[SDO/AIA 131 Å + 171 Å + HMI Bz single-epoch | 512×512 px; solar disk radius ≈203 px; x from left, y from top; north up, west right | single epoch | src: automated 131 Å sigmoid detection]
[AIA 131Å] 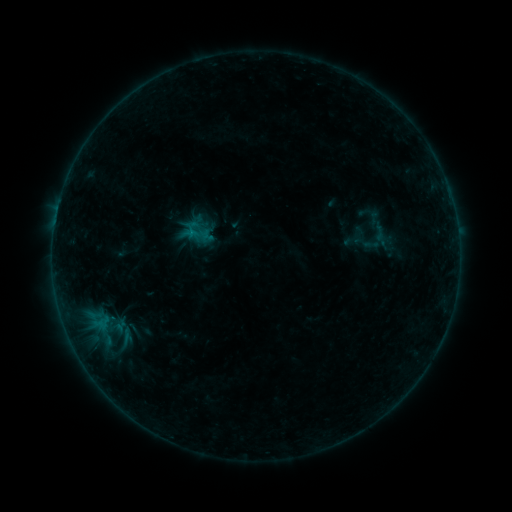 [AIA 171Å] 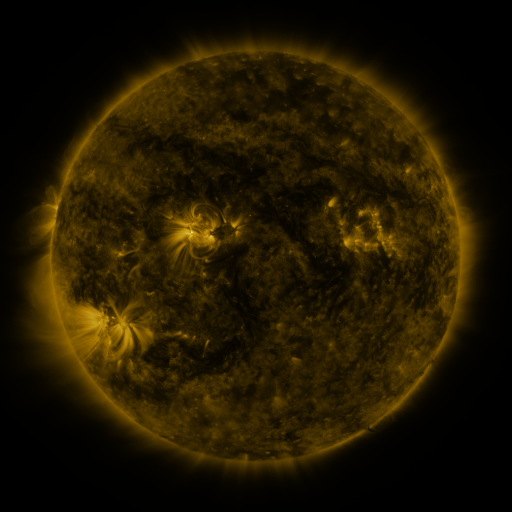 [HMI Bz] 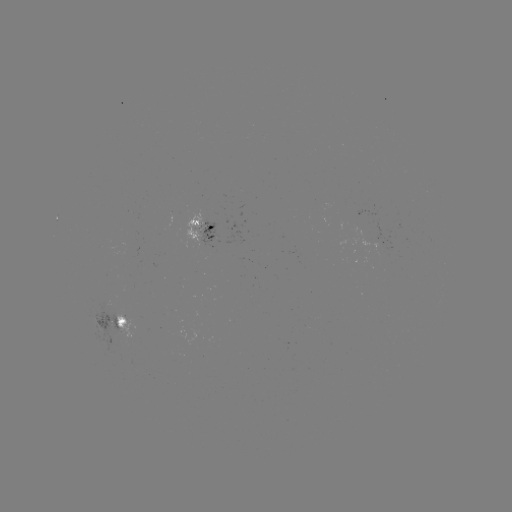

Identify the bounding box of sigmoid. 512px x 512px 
[356, 221, 397, 255].